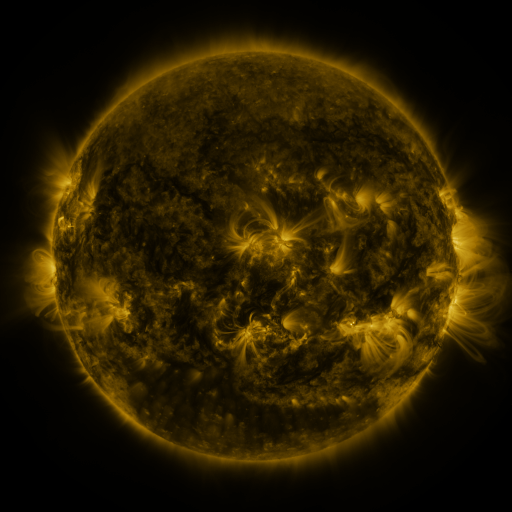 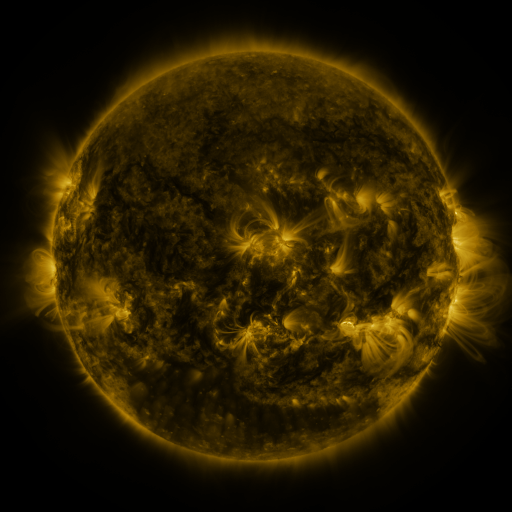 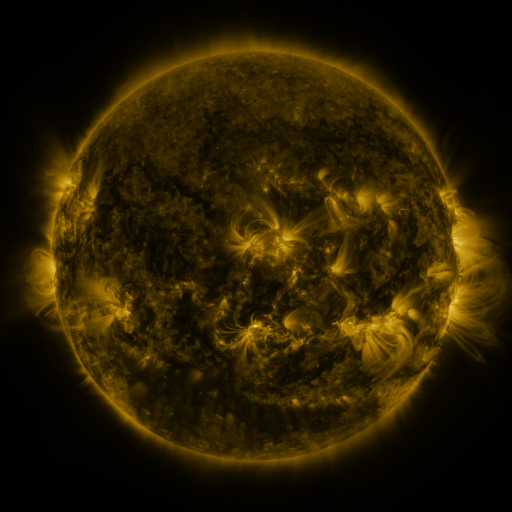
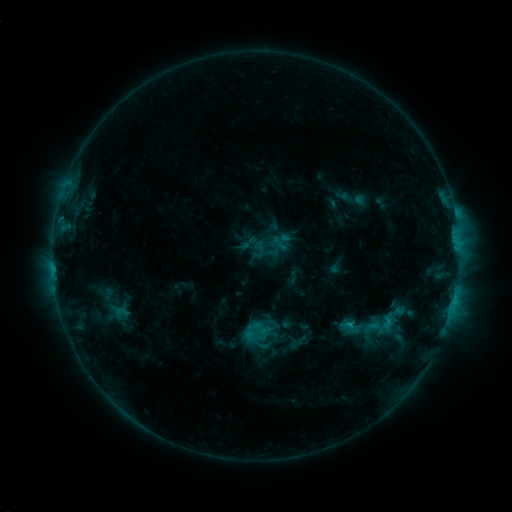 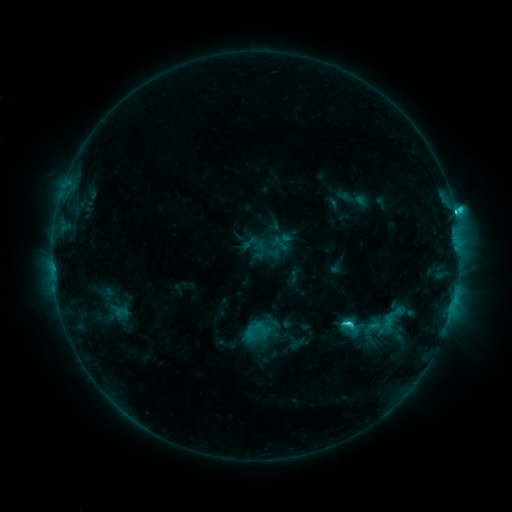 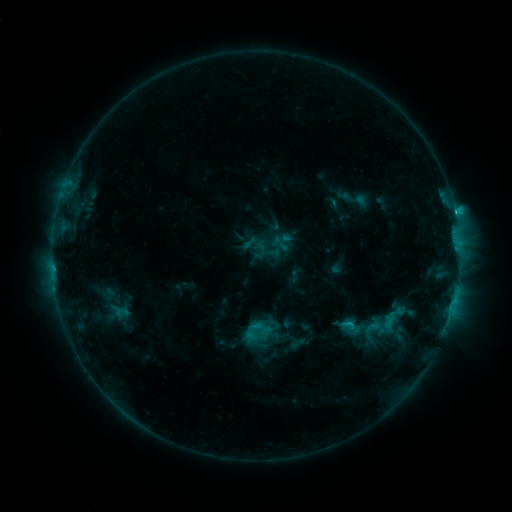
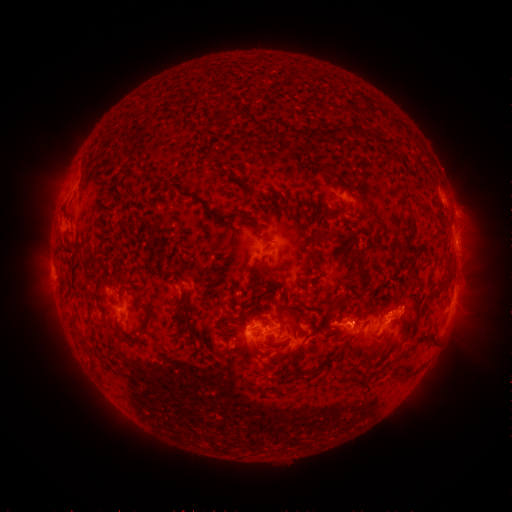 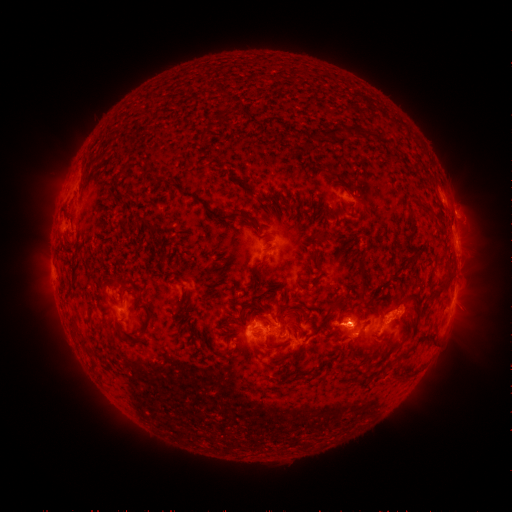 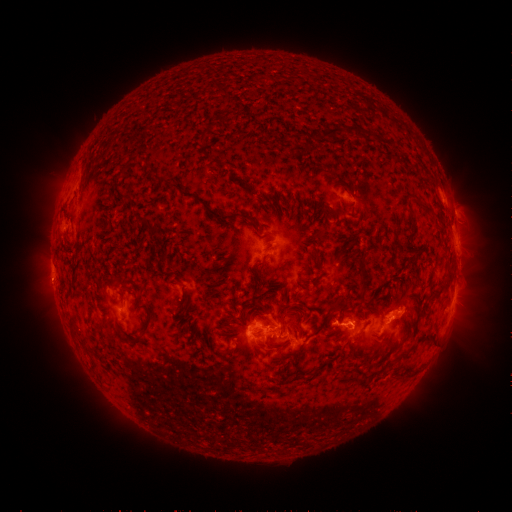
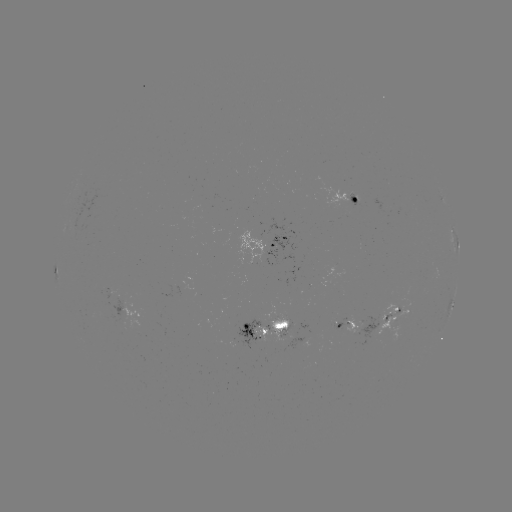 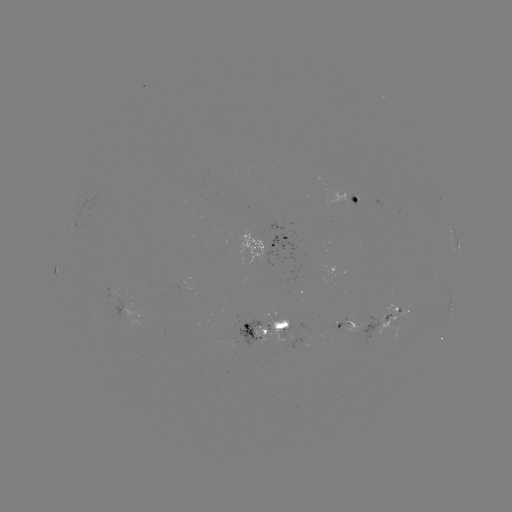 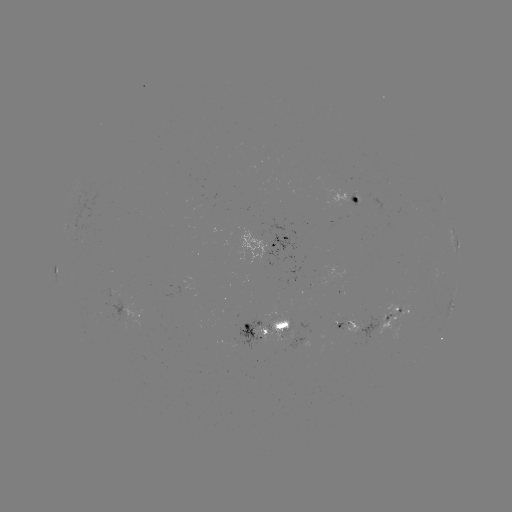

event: flare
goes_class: C4.1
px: (454, 213)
